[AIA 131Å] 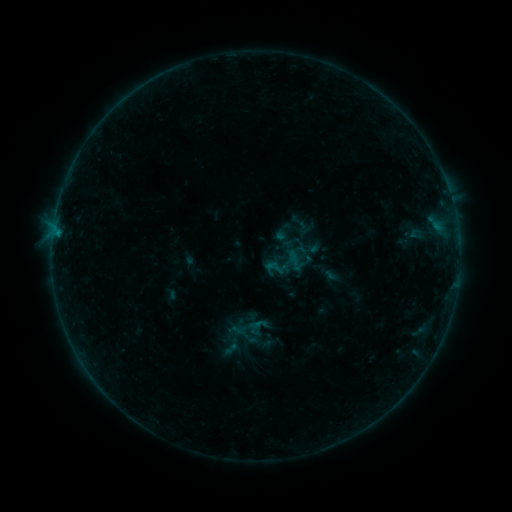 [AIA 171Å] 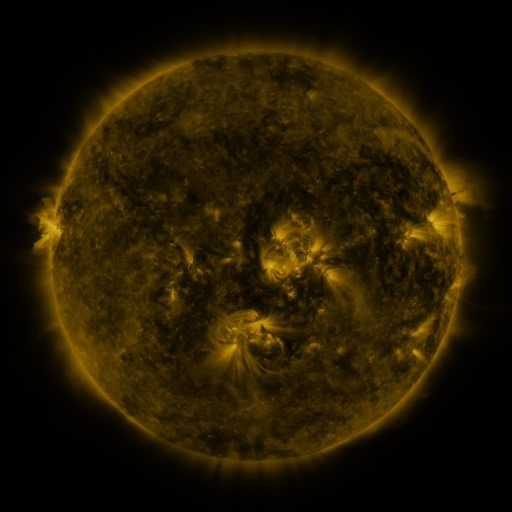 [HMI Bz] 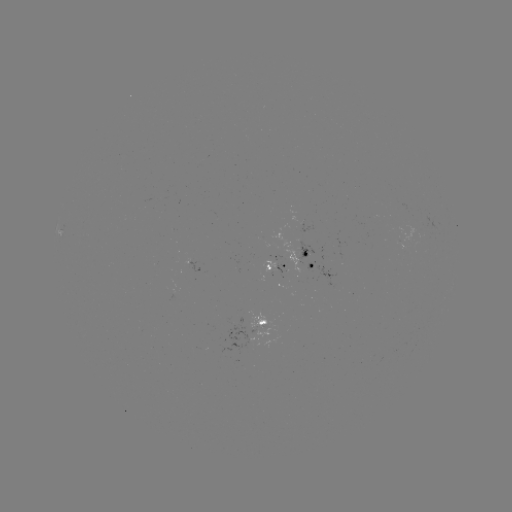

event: sigmoid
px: (275, 268)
